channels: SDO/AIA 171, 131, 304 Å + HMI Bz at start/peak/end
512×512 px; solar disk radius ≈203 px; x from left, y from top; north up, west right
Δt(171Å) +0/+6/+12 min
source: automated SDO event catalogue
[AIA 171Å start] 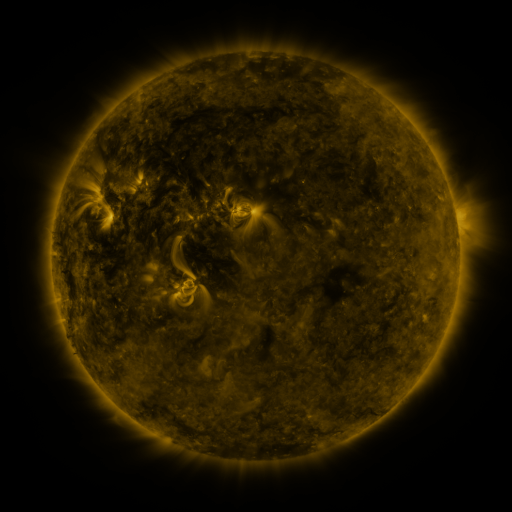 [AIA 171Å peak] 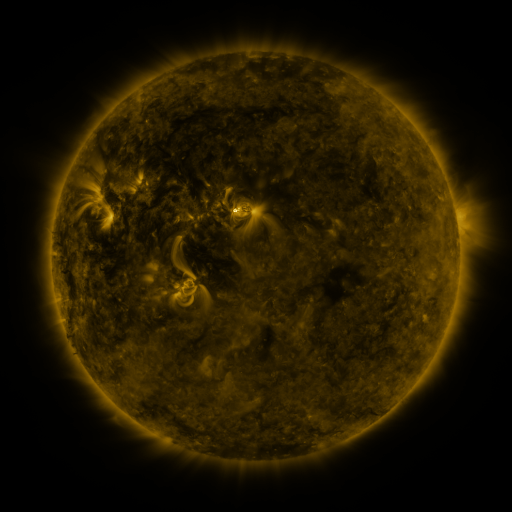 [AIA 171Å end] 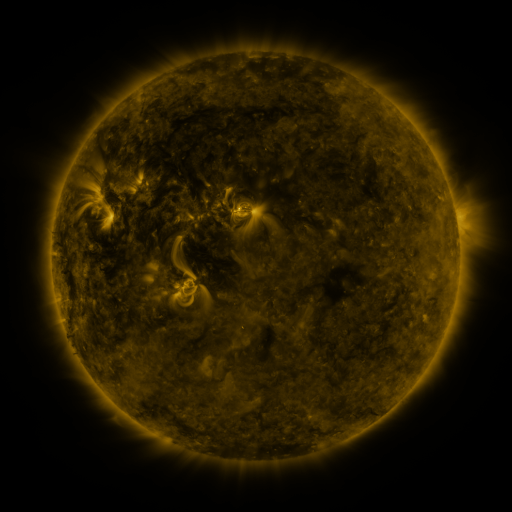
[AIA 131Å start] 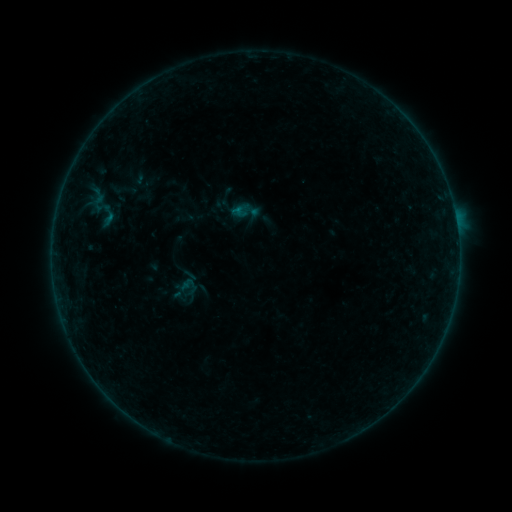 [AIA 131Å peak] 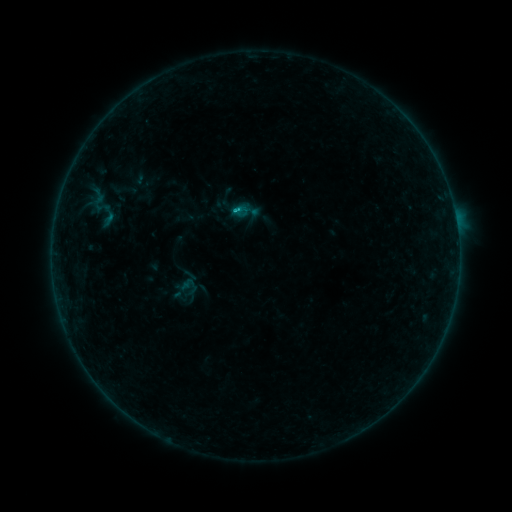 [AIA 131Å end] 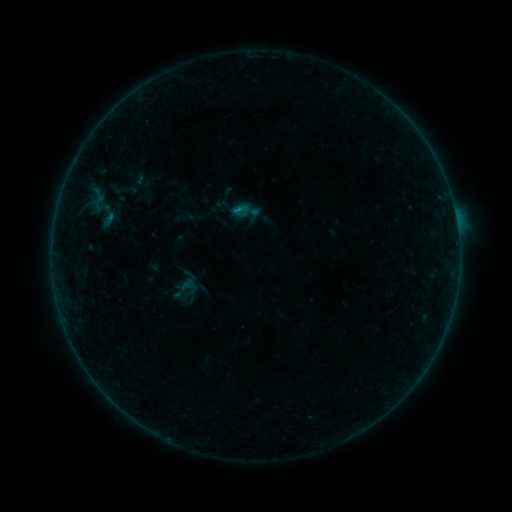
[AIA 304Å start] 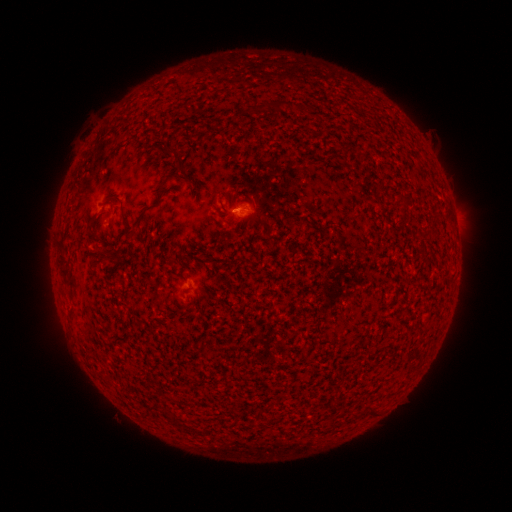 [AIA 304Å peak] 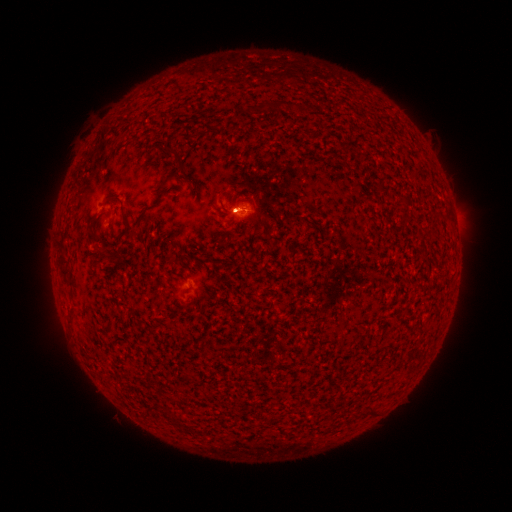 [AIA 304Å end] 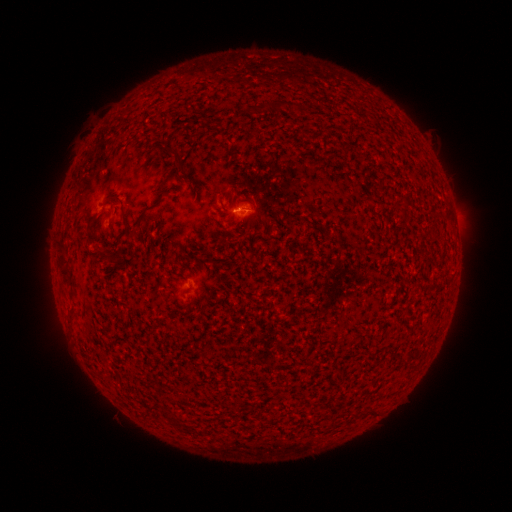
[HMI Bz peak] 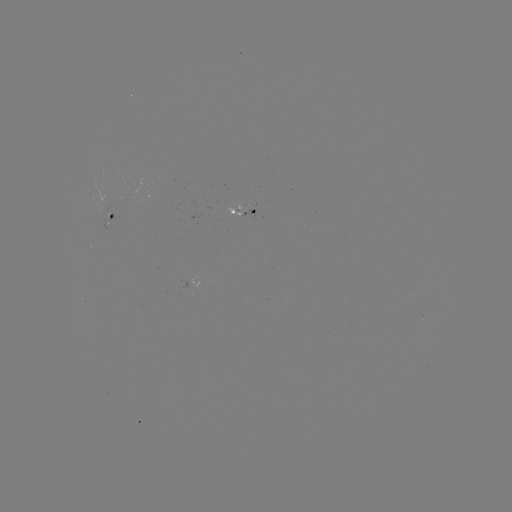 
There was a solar flare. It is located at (238, 210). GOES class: B2.9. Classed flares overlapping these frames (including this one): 1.